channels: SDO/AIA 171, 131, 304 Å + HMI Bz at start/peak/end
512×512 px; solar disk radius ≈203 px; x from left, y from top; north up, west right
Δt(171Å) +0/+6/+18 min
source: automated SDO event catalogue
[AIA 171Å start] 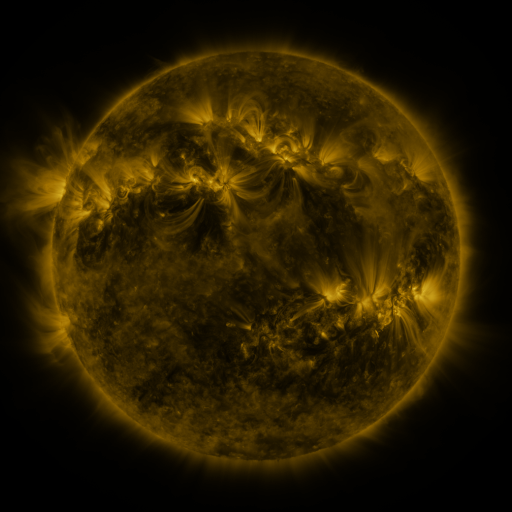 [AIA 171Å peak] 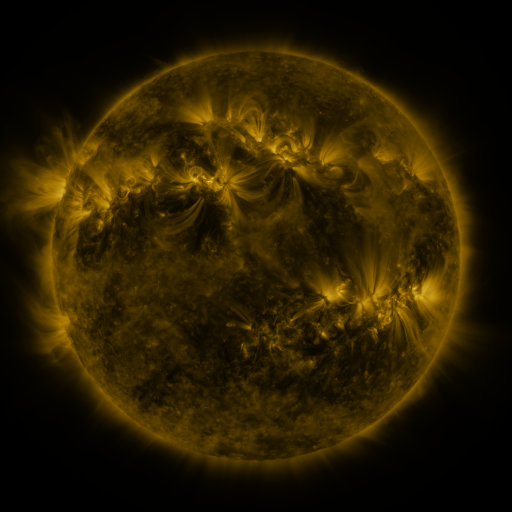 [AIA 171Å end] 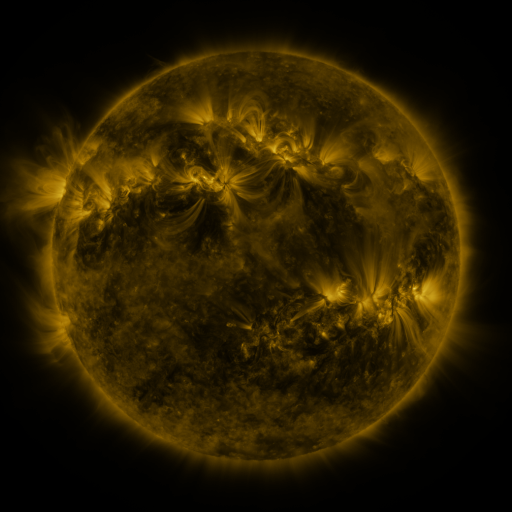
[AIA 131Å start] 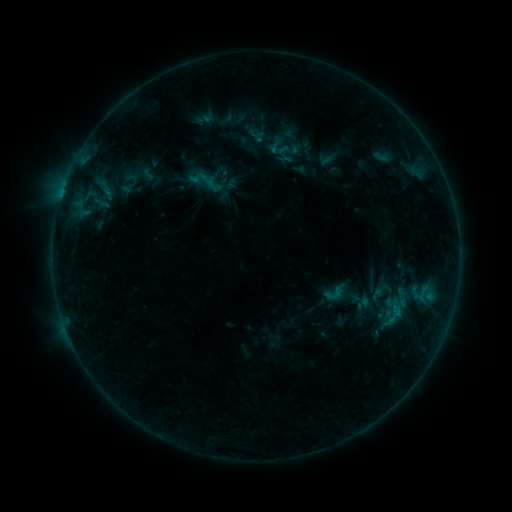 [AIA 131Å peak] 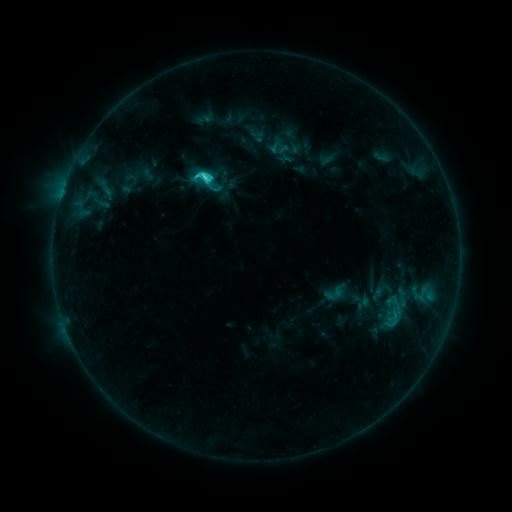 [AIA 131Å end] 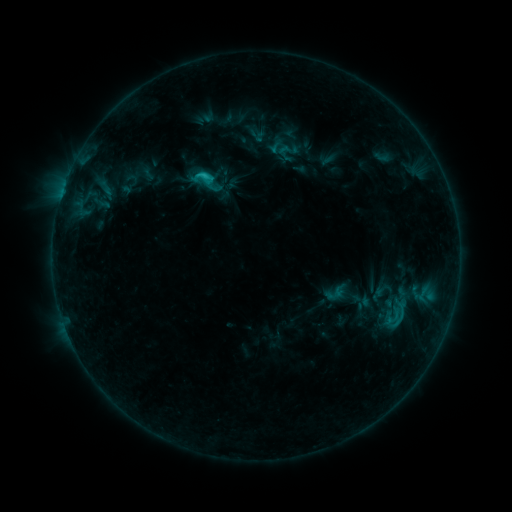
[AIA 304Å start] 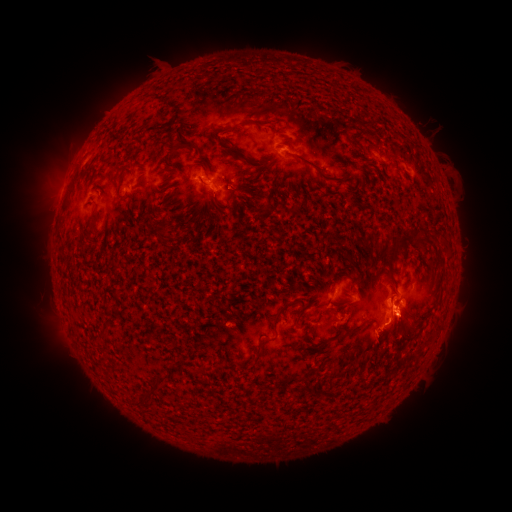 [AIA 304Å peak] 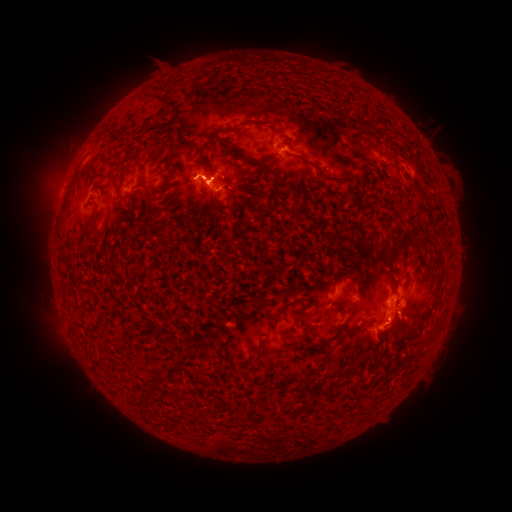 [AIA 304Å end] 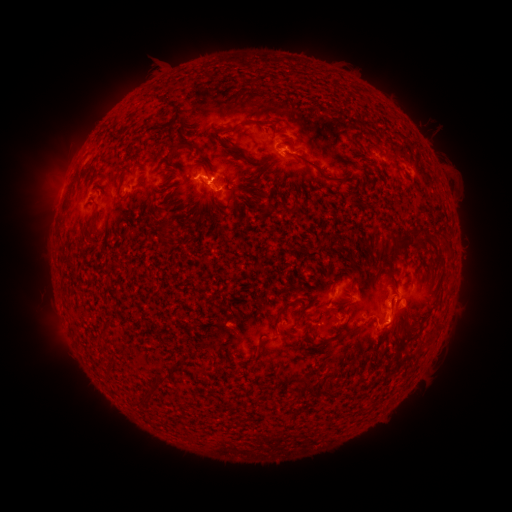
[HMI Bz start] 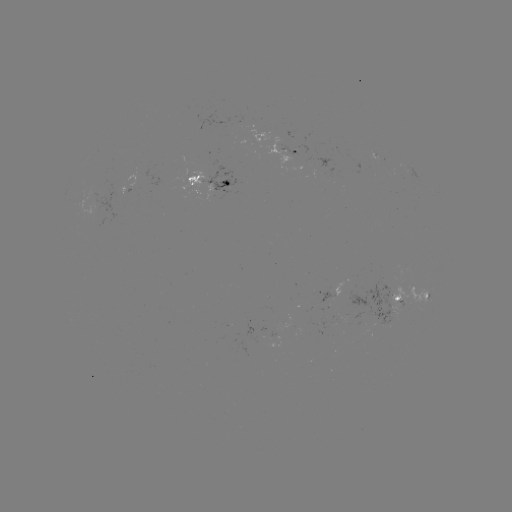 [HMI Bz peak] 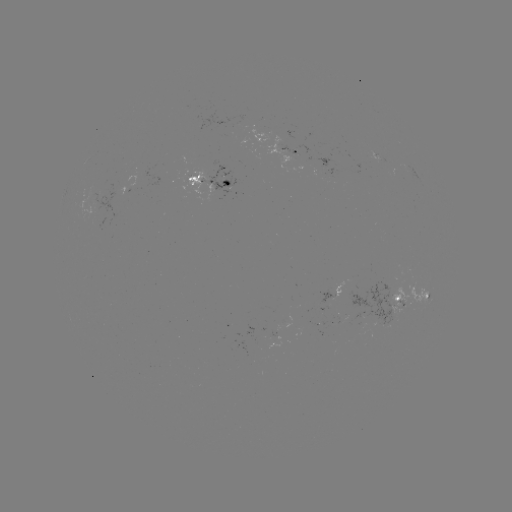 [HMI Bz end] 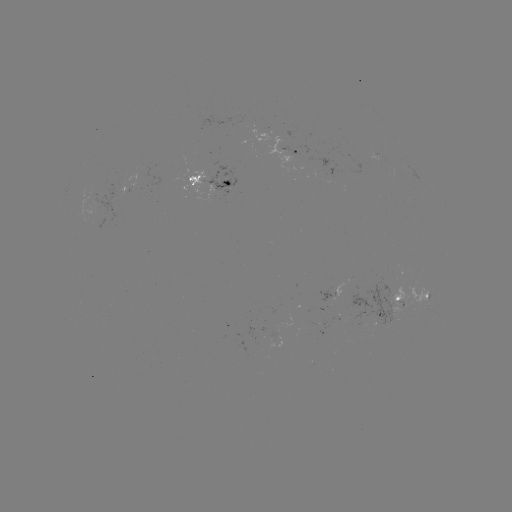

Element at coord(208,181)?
C3.4 flare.